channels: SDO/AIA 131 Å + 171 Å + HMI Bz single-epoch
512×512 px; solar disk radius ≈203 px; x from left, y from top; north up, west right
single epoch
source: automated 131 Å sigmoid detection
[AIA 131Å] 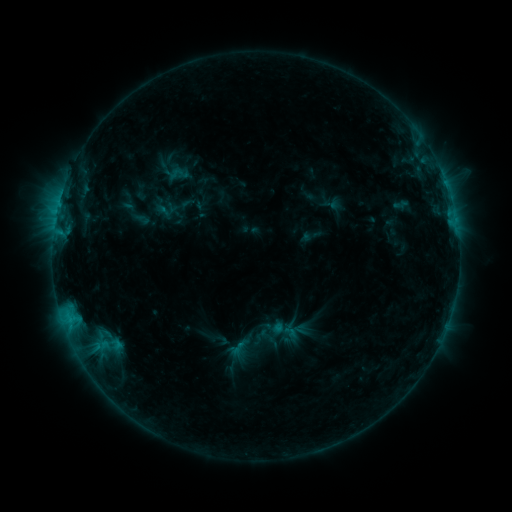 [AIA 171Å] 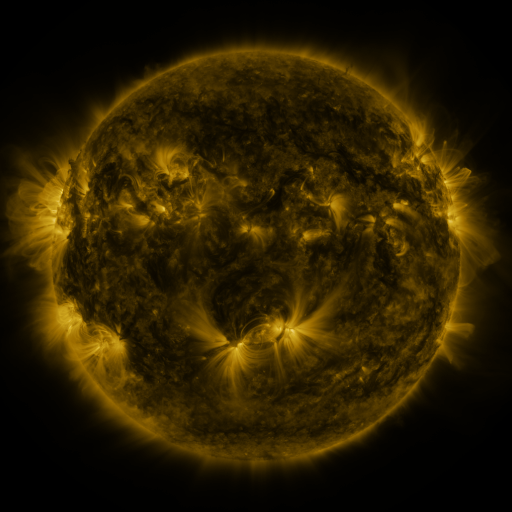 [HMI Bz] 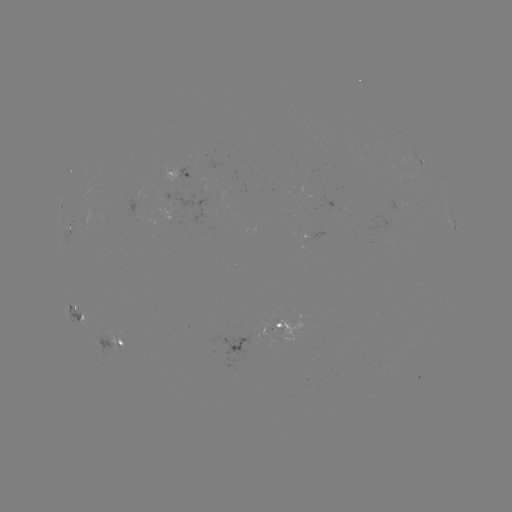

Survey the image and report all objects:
sigmoid: (168, 166, 183, 182)
sigmoid: (229, 339, 248, 356)
